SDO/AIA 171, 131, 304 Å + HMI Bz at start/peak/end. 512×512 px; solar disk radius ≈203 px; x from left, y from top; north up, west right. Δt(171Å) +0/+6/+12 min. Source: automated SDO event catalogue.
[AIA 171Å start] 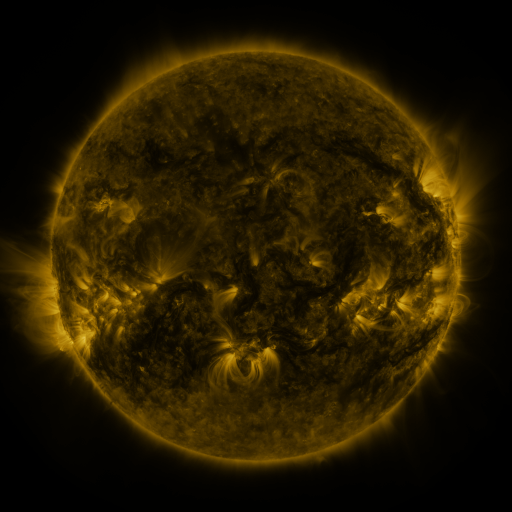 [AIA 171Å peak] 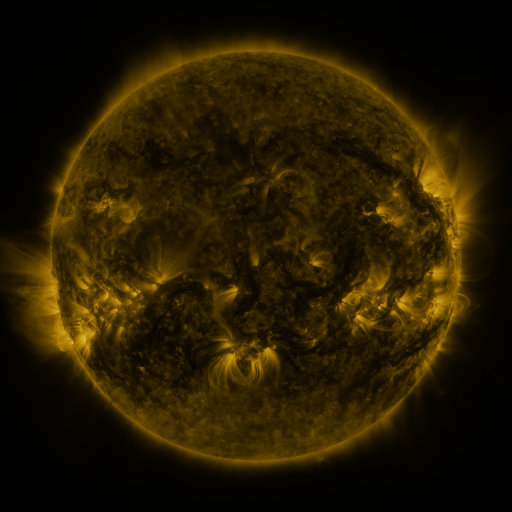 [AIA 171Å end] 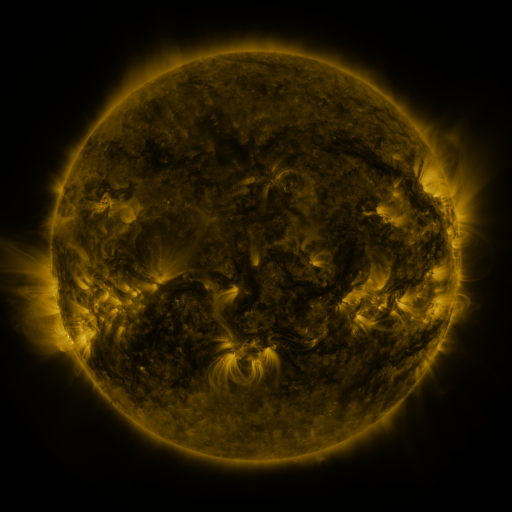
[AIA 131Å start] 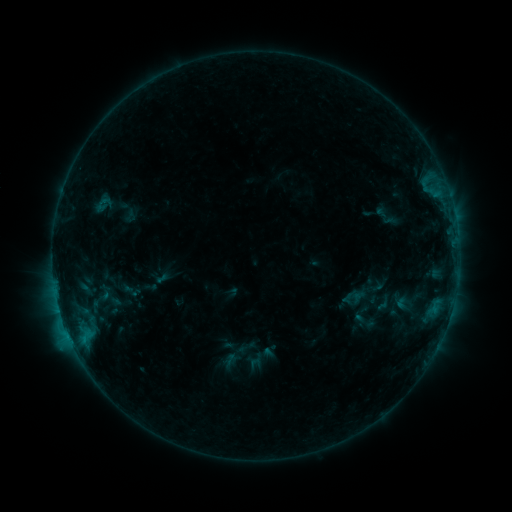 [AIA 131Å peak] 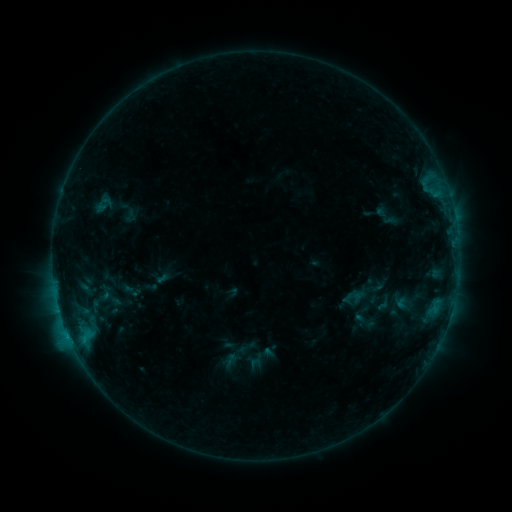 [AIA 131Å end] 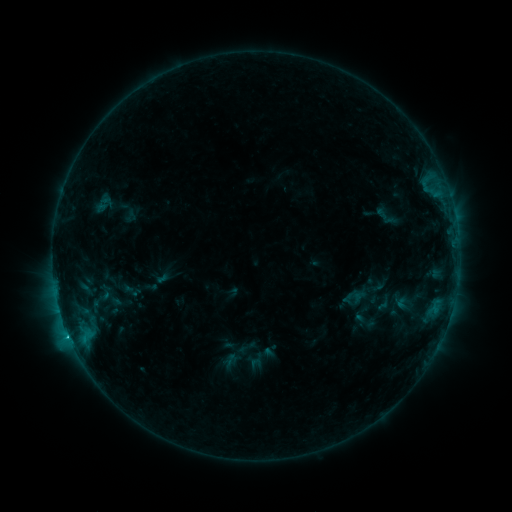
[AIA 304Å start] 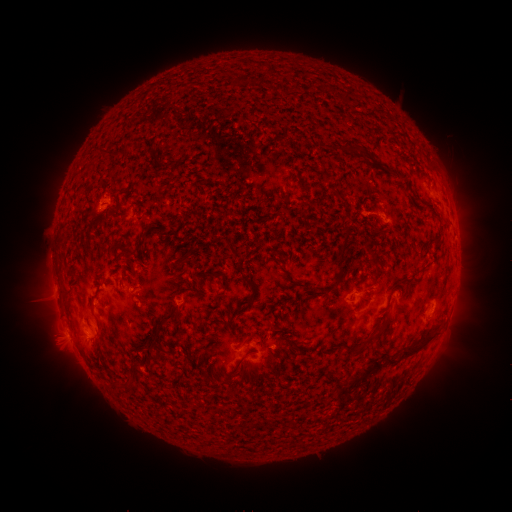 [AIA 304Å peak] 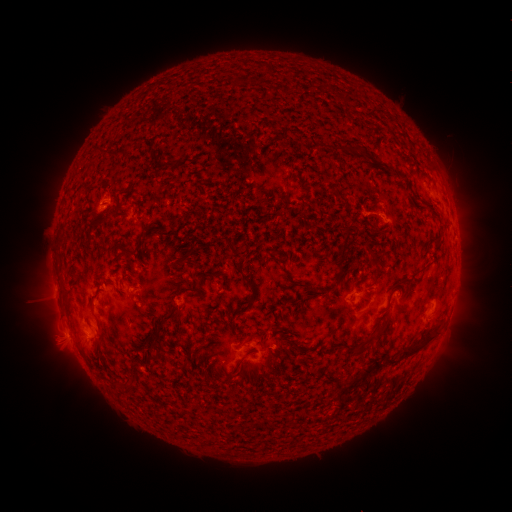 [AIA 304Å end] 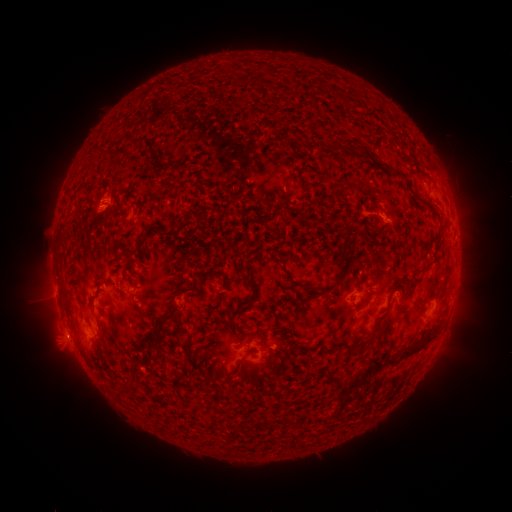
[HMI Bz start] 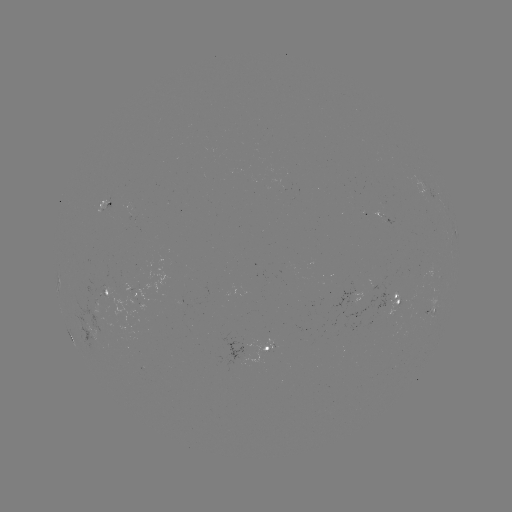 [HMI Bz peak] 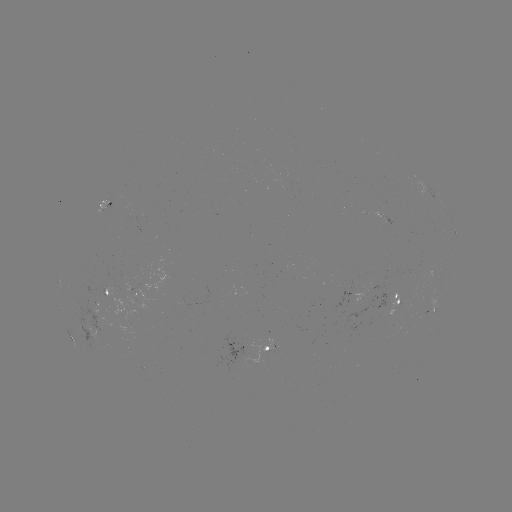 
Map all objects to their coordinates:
C1.3 flare: (69, 334)
